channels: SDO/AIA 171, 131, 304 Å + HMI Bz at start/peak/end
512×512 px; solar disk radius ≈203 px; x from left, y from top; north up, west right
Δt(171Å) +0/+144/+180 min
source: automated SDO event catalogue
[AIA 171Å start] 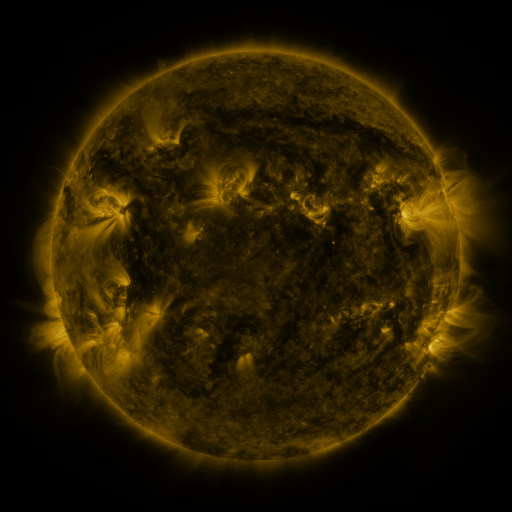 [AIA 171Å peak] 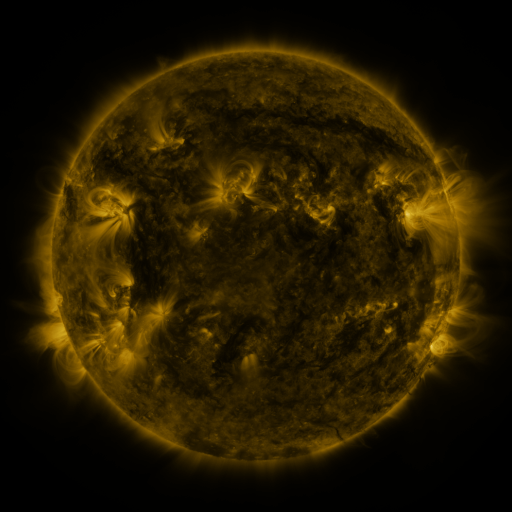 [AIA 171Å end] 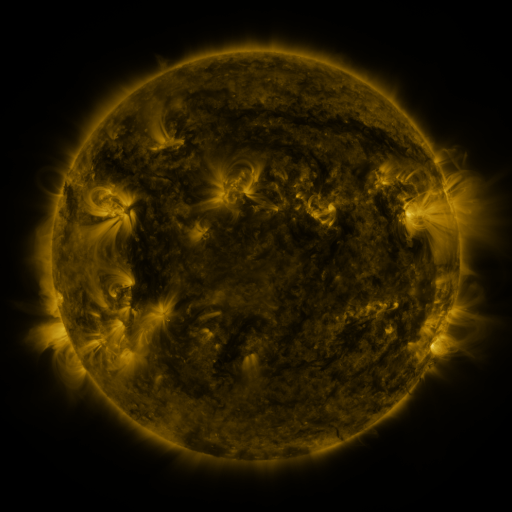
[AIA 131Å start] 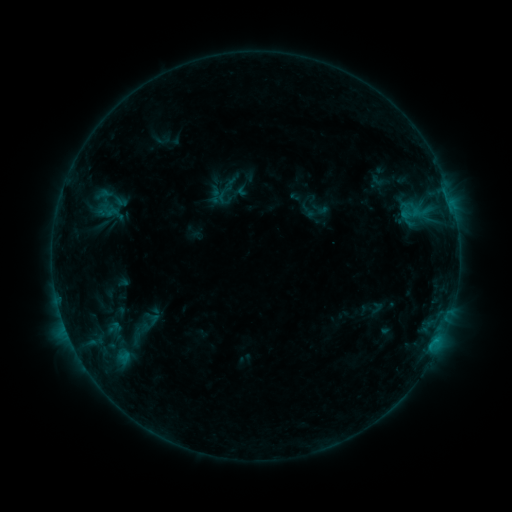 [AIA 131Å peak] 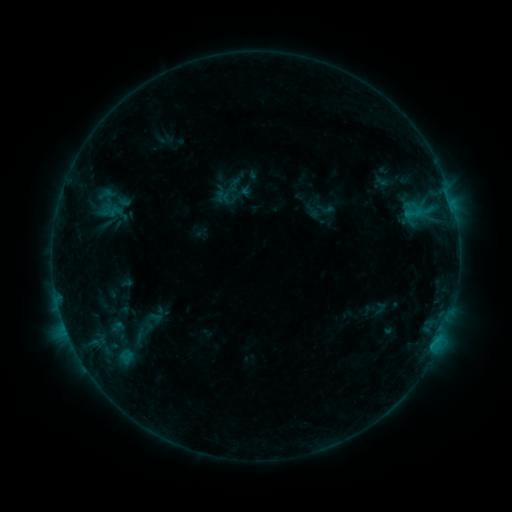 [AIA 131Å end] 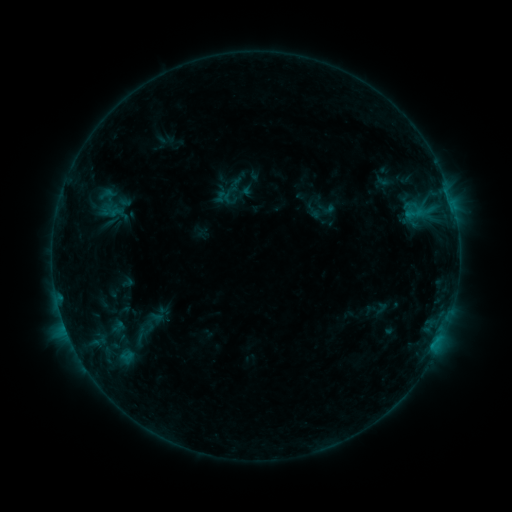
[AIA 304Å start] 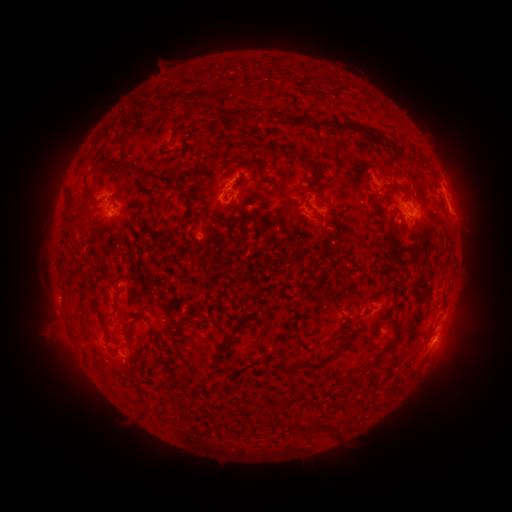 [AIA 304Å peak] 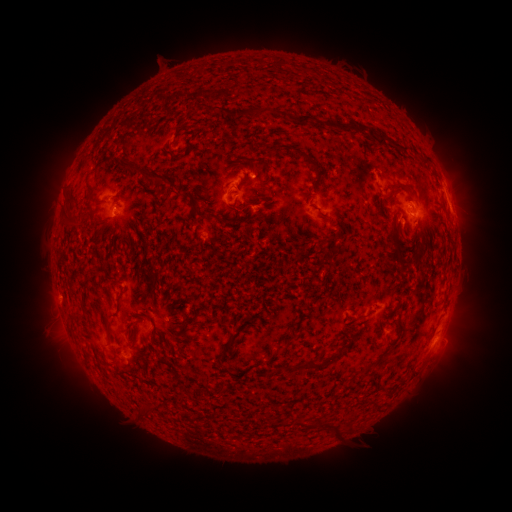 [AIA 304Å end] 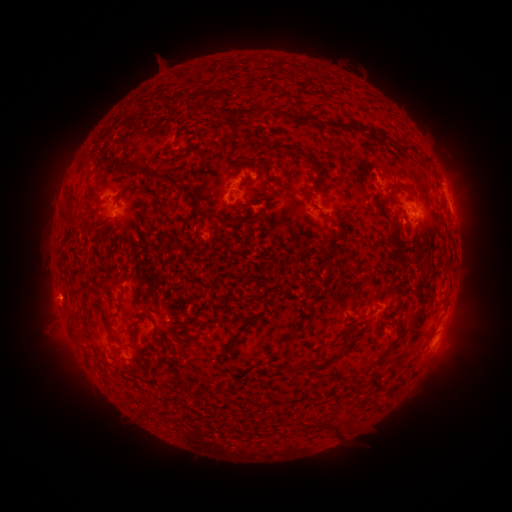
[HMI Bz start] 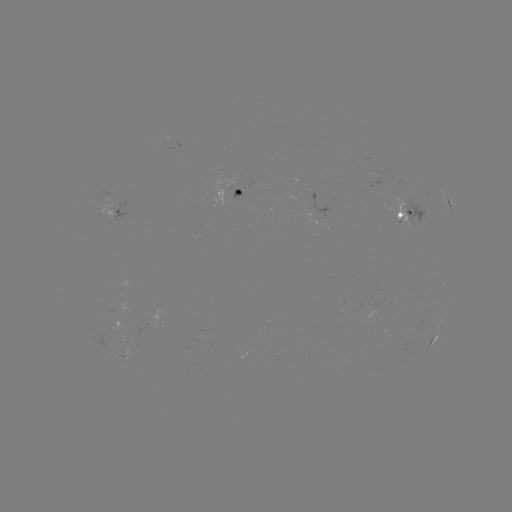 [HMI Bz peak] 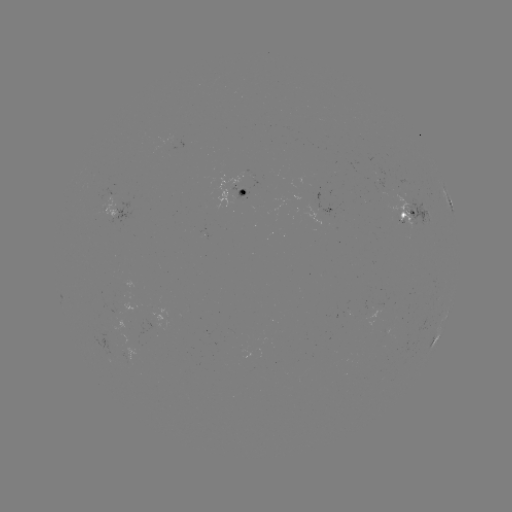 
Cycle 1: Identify emerging-flux region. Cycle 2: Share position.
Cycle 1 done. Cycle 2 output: [115, 339].